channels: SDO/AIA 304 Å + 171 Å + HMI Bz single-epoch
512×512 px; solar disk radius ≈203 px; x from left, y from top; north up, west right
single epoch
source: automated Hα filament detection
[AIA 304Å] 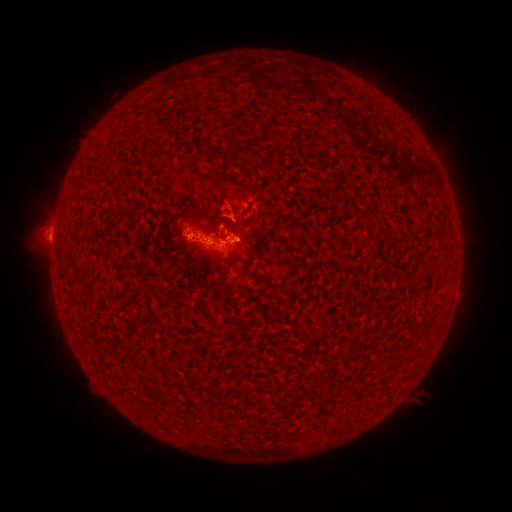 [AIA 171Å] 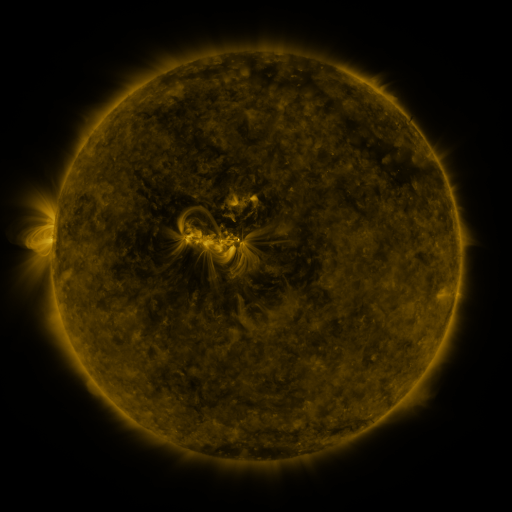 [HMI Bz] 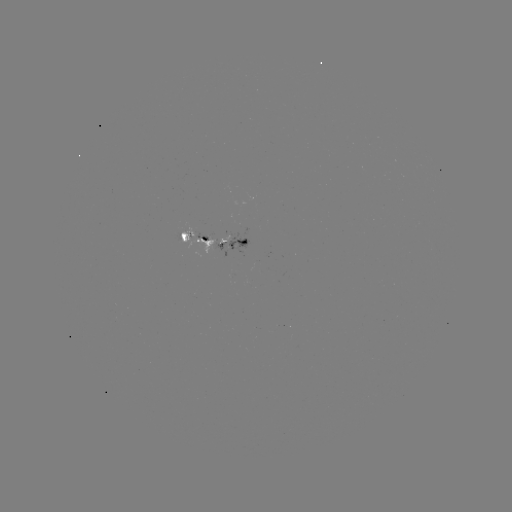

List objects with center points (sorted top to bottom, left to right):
filament: (385, 122)
filament: (212, 180)
filament: (134, 218)
filament: (313, 232)
filament: (183, 237)
